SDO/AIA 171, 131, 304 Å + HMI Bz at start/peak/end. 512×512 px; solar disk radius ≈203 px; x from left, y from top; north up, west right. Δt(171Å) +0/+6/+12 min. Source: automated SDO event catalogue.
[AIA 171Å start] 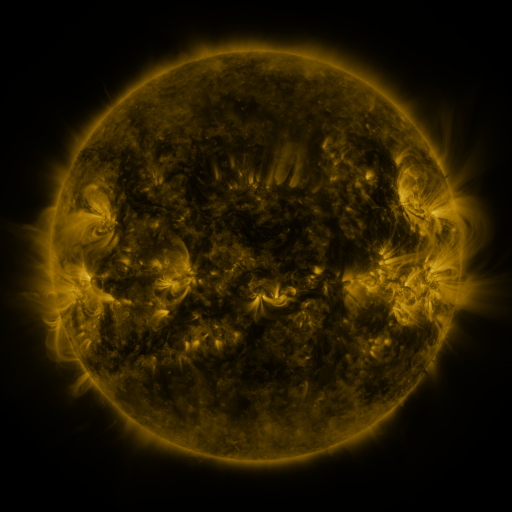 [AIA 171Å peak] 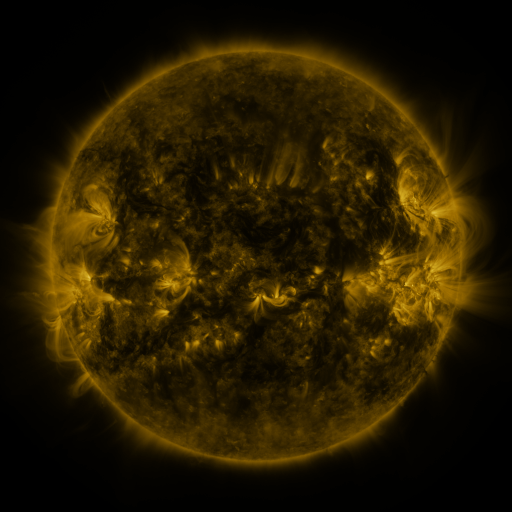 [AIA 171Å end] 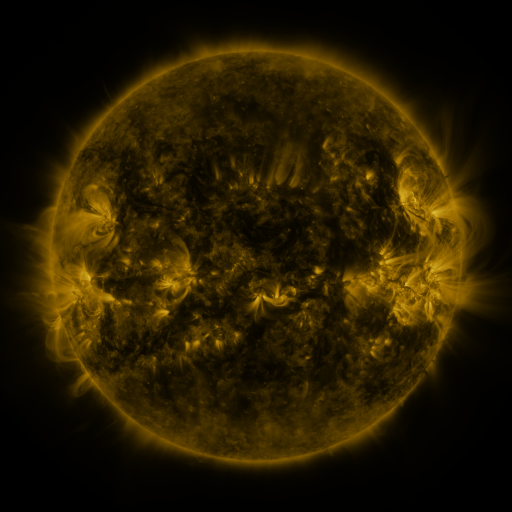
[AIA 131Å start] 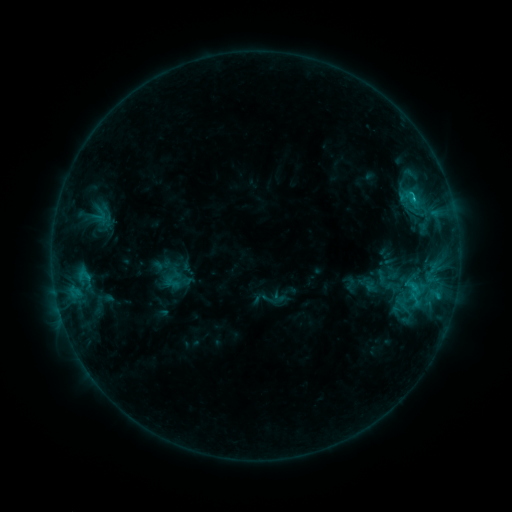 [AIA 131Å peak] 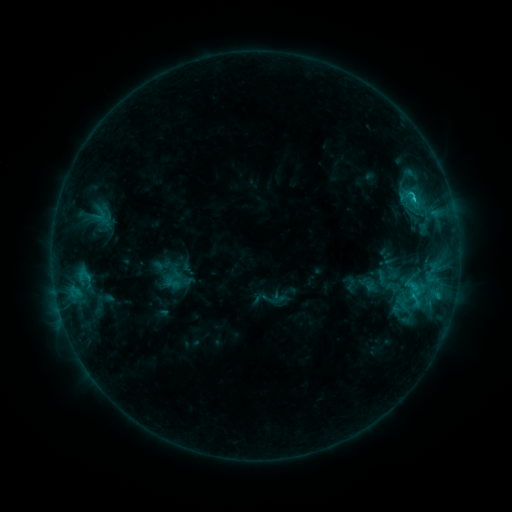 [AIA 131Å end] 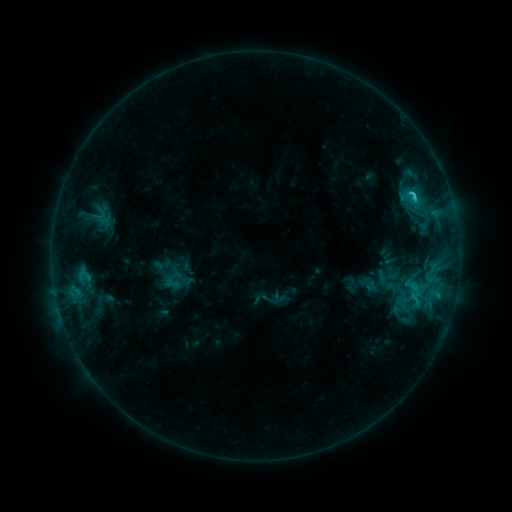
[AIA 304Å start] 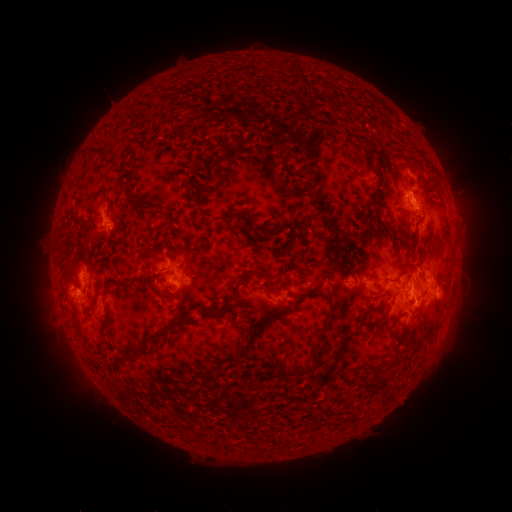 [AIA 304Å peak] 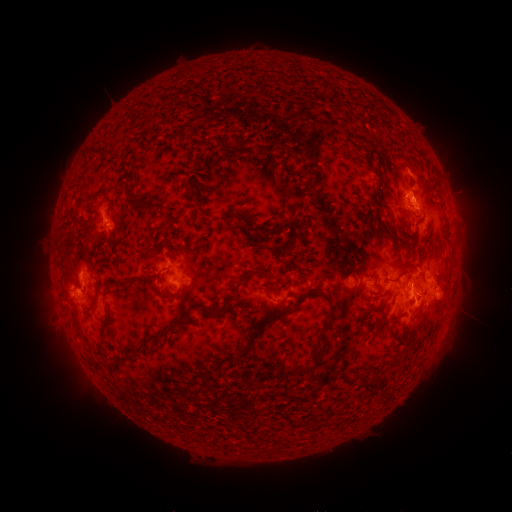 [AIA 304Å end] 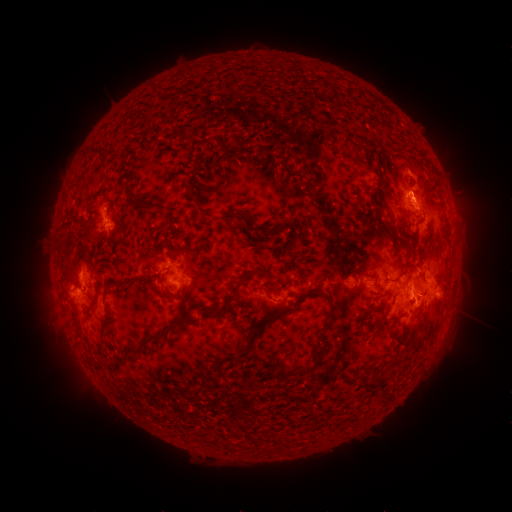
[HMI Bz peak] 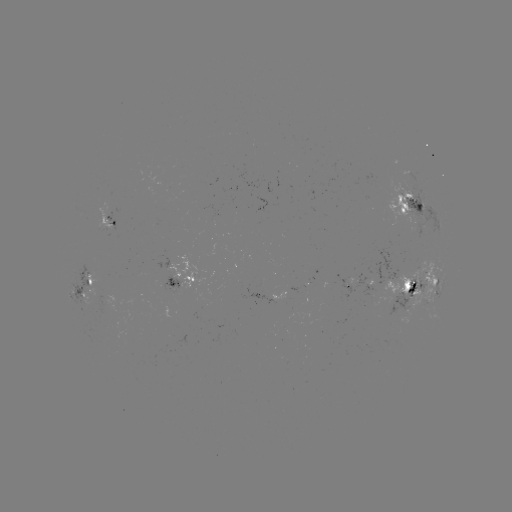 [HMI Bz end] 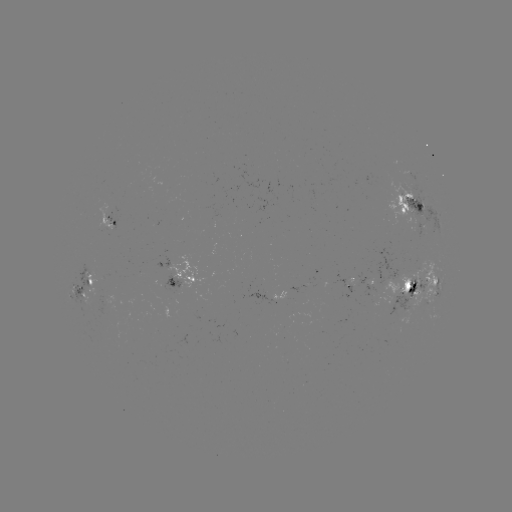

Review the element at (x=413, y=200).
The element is C2.7 flare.